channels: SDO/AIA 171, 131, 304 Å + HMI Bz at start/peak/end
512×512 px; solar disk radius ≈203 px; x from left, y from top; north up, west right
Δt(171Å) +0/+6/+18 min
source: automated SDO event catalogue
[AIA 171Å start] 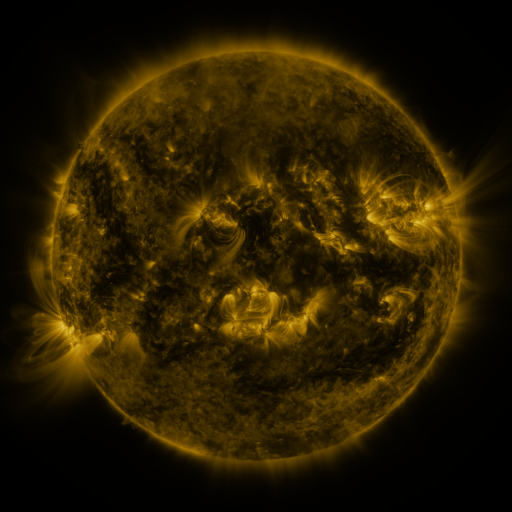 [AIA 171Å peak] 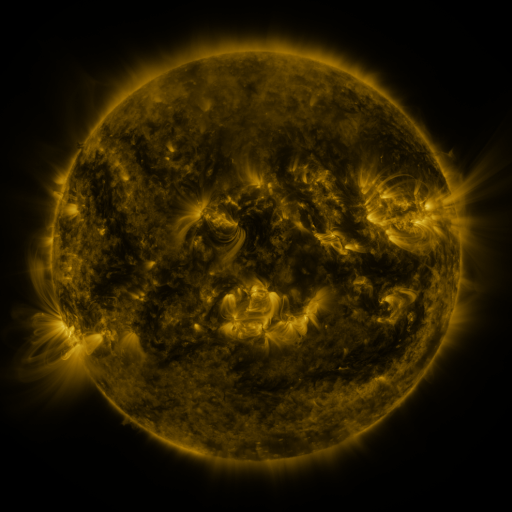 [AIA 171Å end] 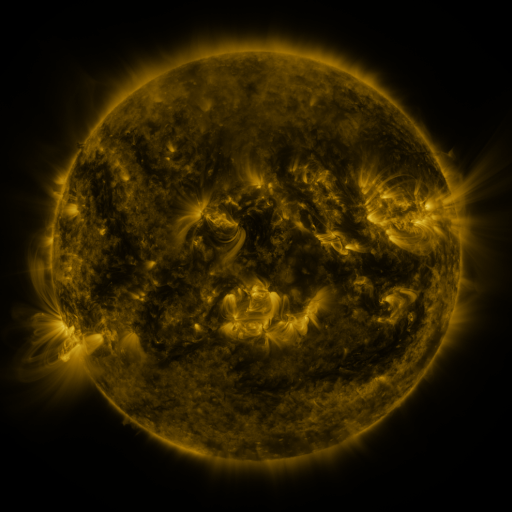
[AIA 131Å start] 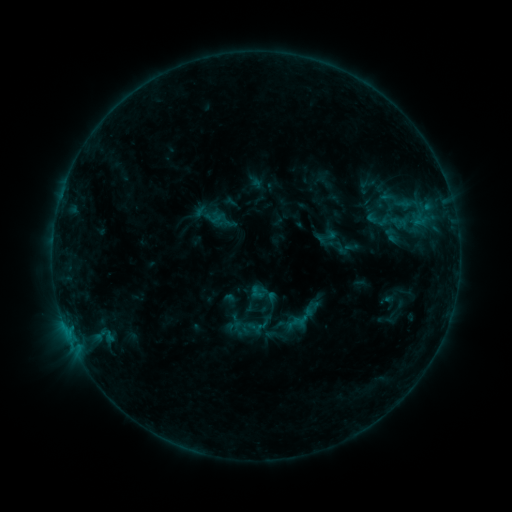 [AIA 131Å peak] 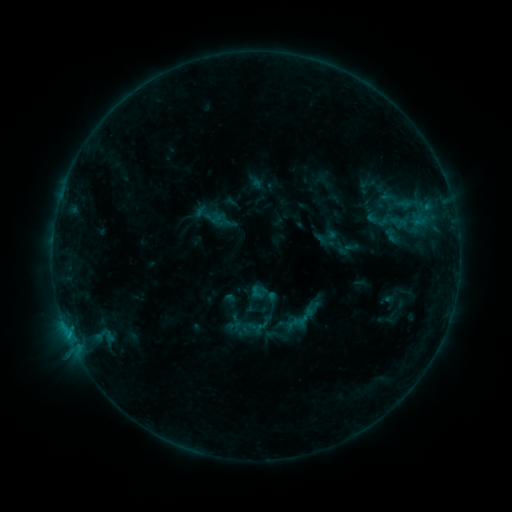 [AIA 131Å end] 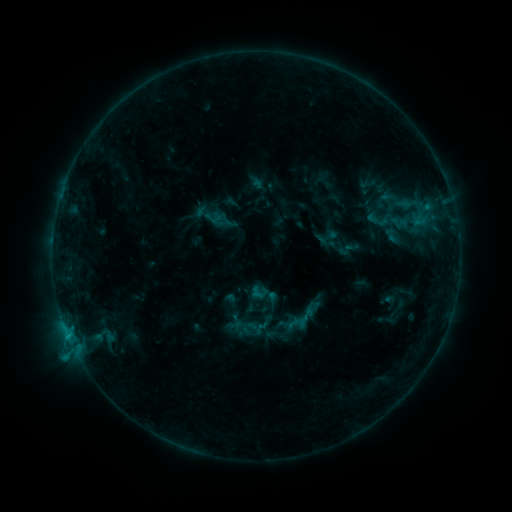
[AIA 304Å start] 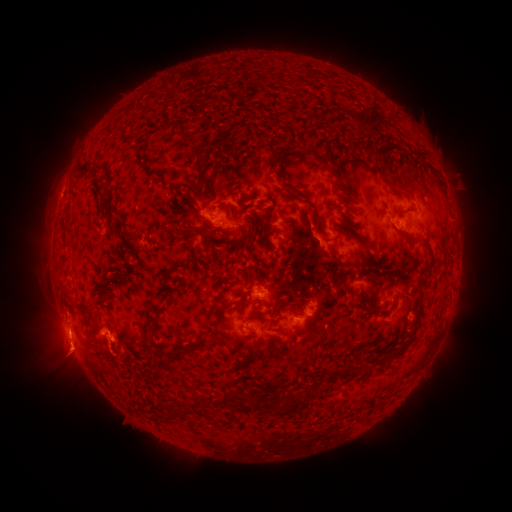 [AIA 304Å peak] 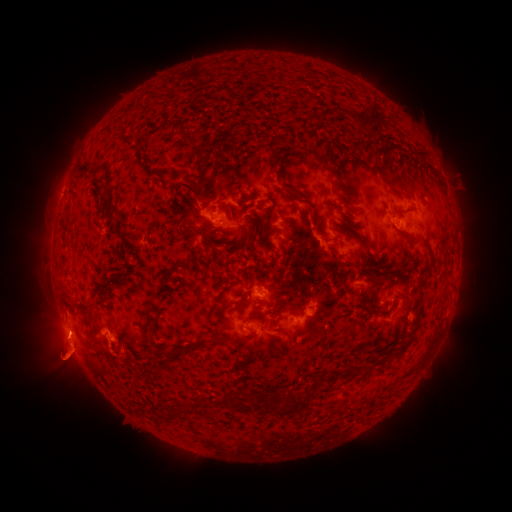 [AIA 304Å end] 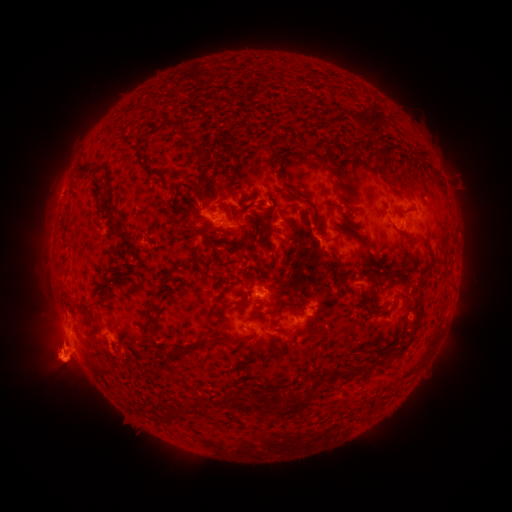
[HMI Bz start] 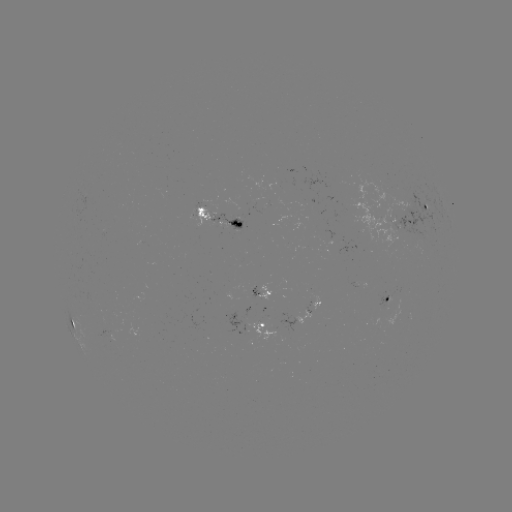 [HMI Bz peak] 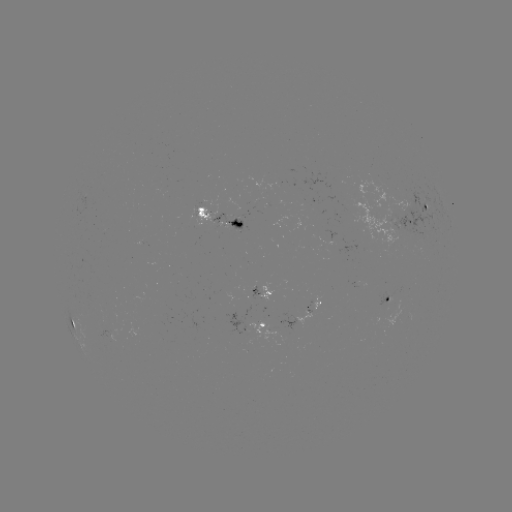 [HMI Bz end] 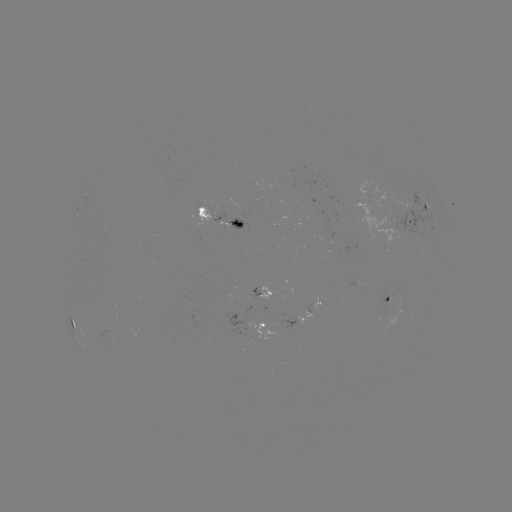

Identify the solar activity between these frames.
eruption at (71, 354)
